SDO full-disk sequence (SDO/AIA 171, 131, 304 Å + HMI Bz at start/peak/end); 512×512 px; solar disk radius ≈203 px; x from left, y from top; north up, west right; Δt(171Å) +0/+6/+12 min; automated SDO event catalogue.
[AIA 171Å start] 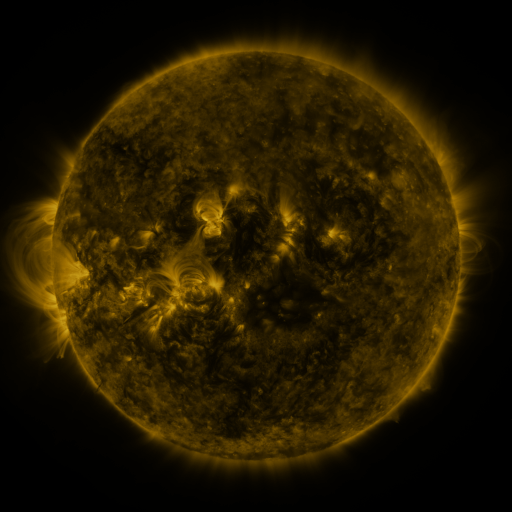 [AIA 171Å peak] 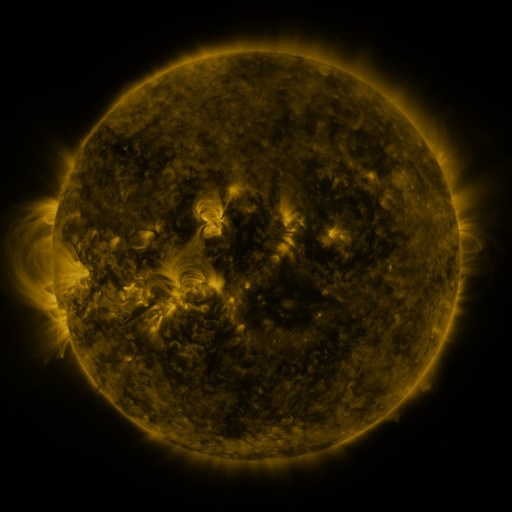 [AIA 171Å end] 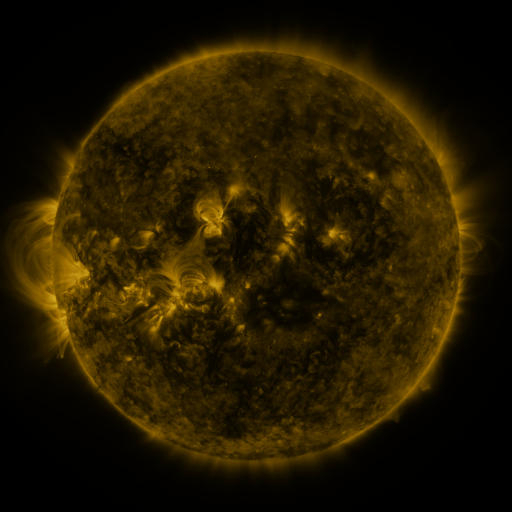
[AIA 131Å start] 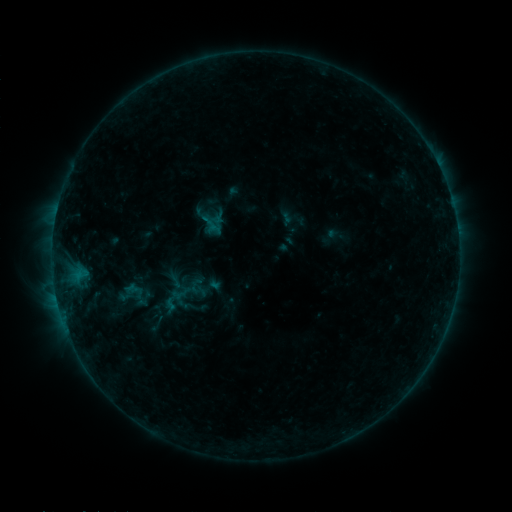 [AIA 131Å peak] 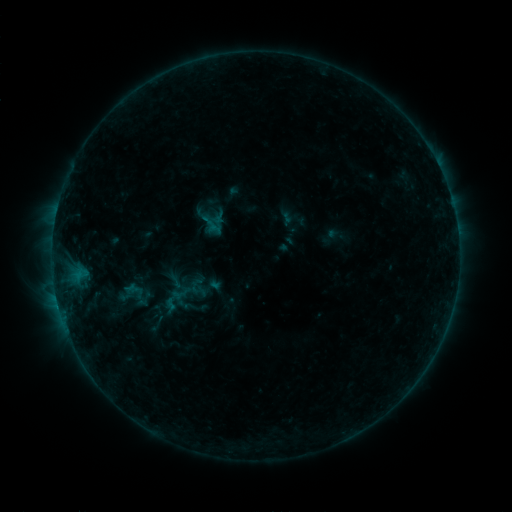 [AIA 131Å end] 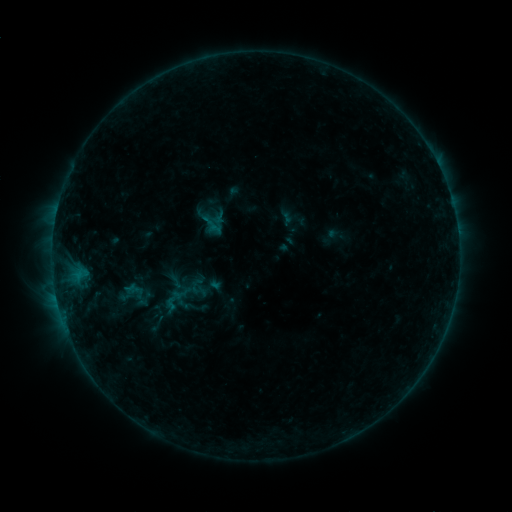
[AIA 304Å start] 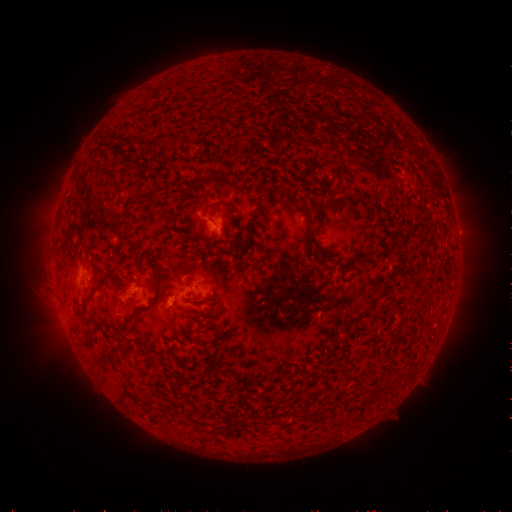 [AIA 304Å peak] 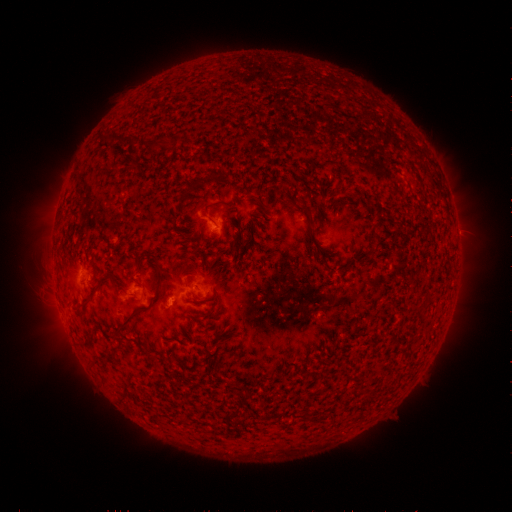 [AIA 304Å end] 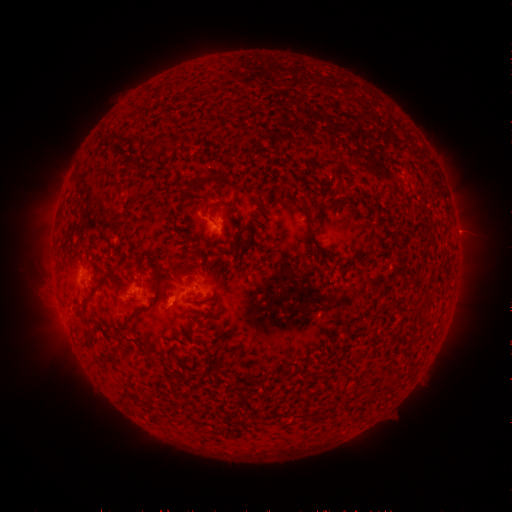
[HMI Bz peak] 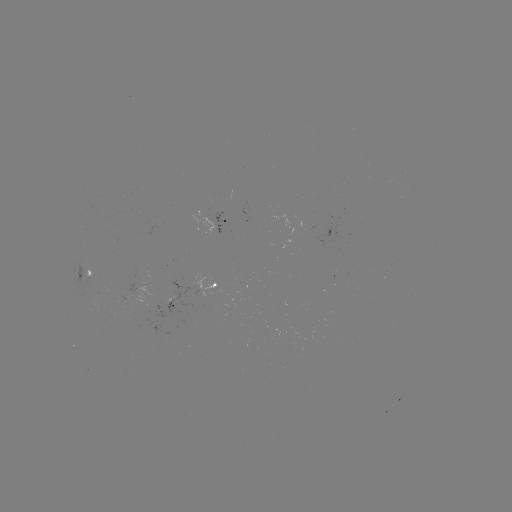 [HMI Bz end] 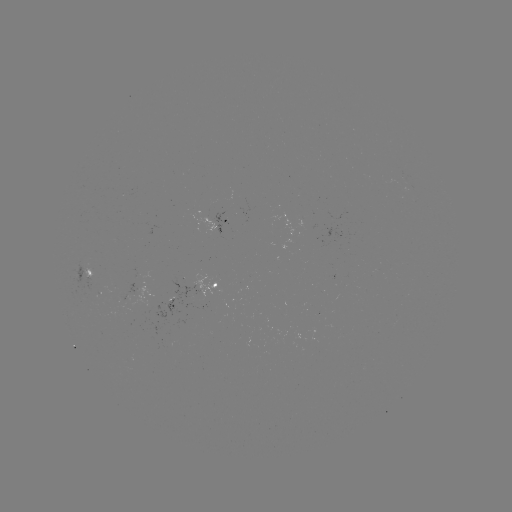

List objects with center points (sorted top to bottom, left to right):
B4.1 flare: (169, 305)
